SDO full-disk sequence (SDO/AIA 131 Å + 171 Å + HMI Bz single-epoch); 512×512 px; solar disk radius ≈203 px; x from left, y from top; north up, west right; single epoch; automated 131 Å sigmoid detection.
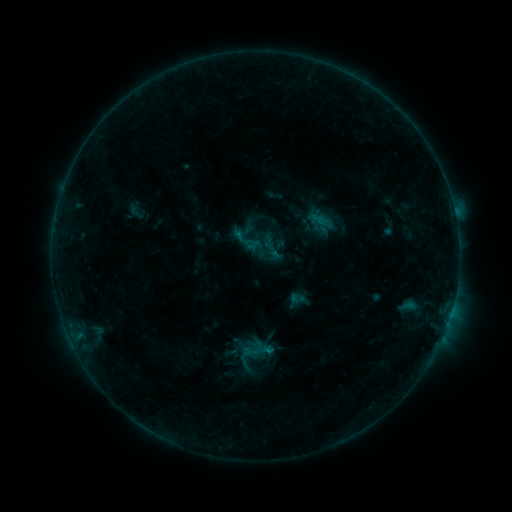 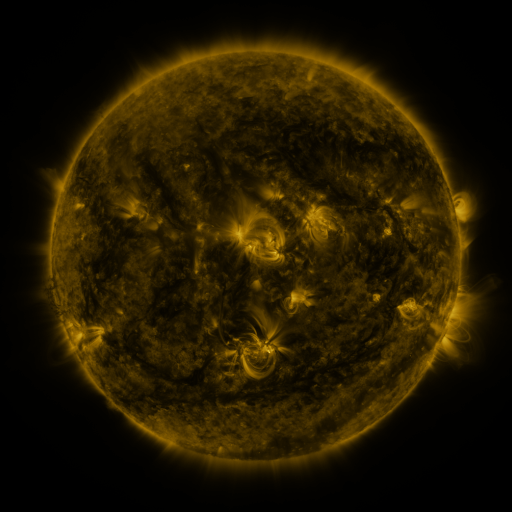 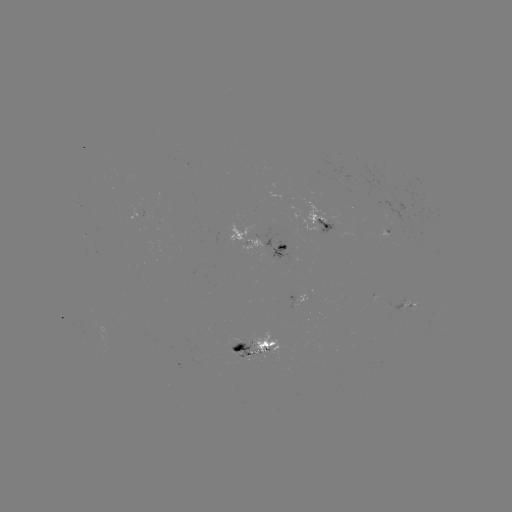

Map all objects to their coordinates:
sigmoid: (247, 241)
